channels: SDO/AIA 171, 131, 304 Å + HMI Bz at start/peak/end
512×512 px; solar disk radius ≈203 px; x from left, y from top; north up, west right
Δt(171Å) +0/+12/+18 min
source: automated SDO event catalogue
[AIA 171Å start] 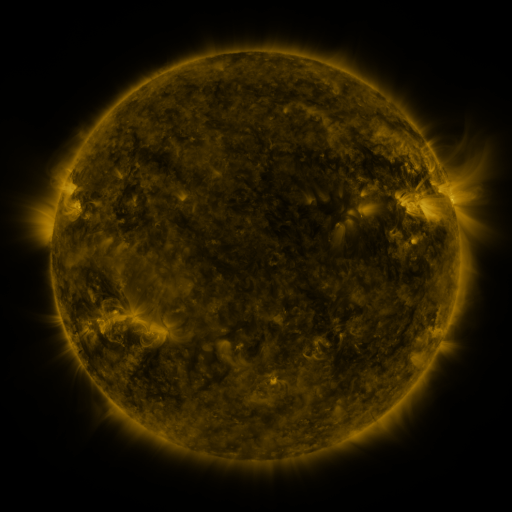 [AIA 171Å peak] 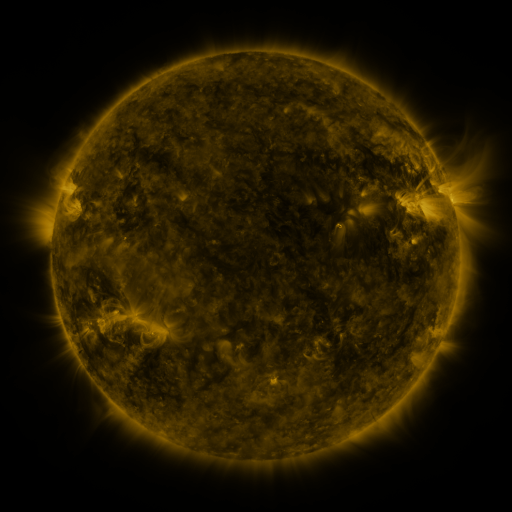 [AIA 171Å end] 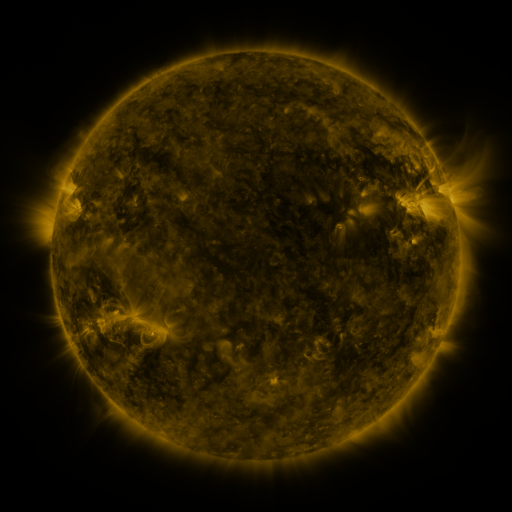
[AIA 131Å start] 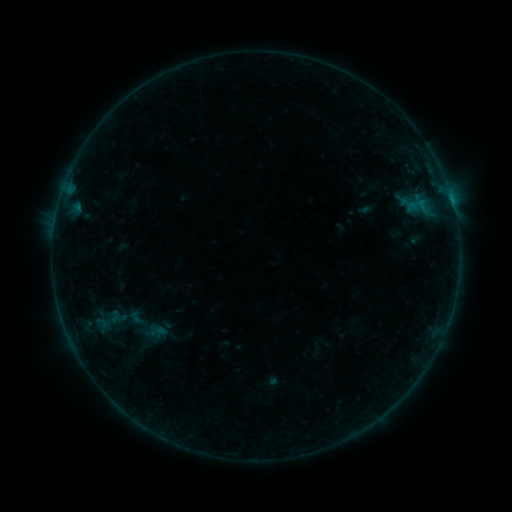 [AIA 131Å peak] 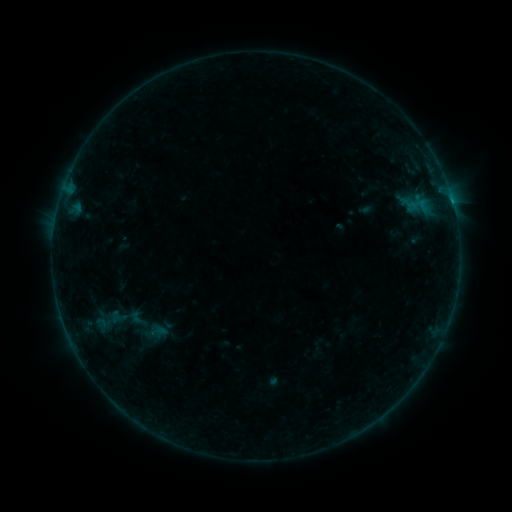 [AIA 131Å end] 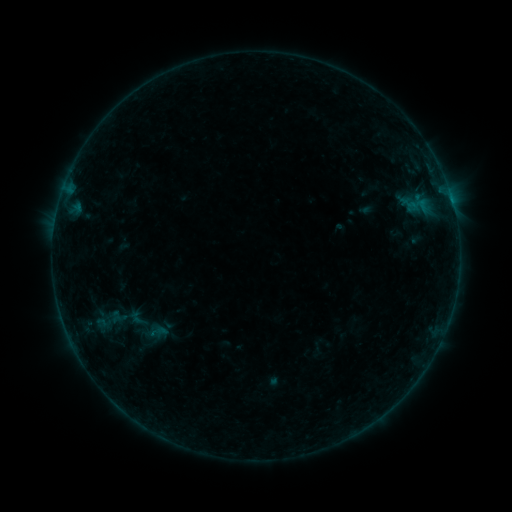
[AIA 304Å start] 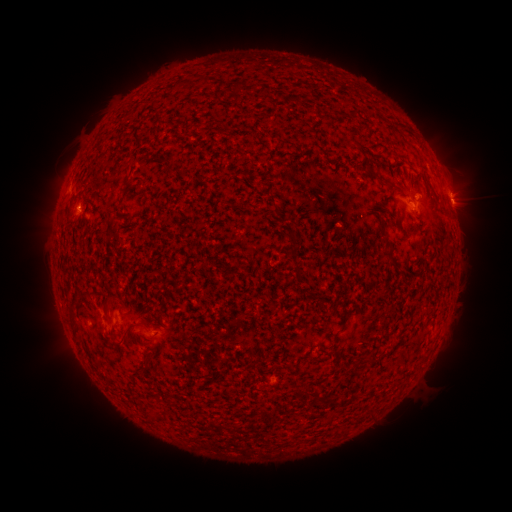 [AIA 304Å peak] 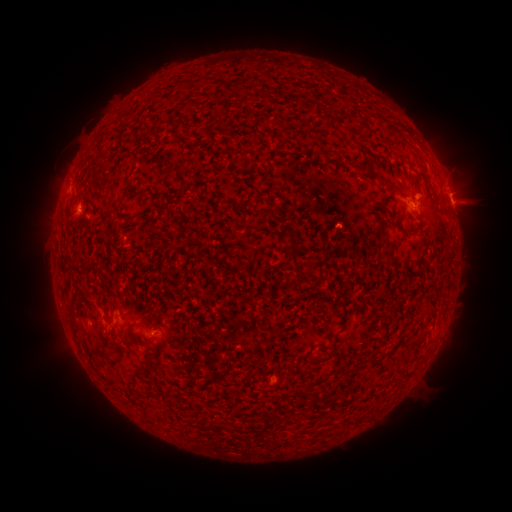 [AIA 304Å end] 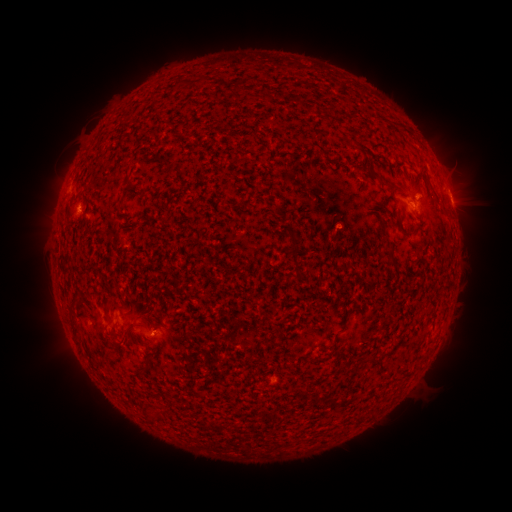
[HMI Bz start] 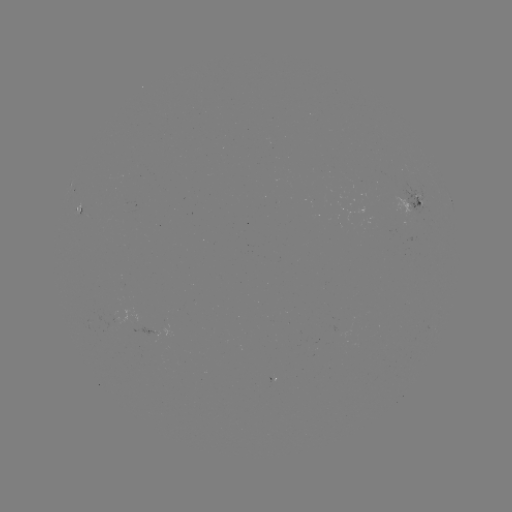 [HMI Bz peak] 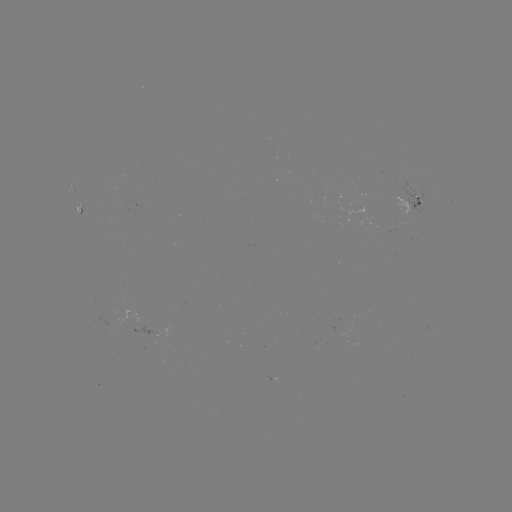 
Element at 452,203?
B3.1 flare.